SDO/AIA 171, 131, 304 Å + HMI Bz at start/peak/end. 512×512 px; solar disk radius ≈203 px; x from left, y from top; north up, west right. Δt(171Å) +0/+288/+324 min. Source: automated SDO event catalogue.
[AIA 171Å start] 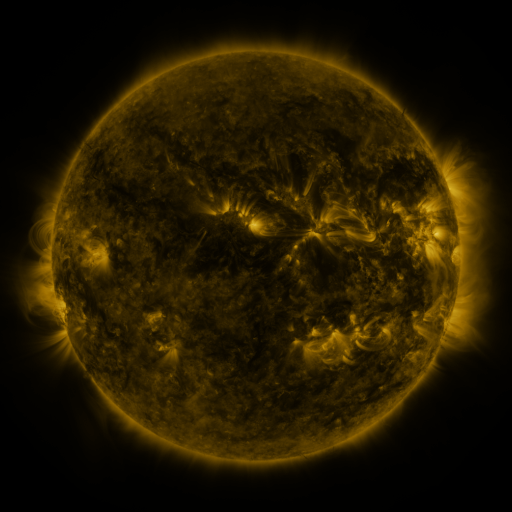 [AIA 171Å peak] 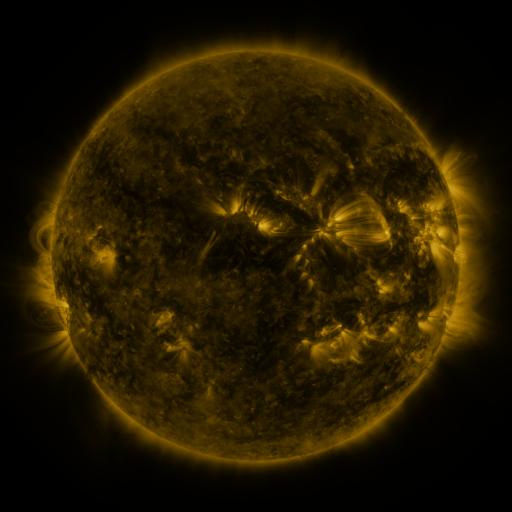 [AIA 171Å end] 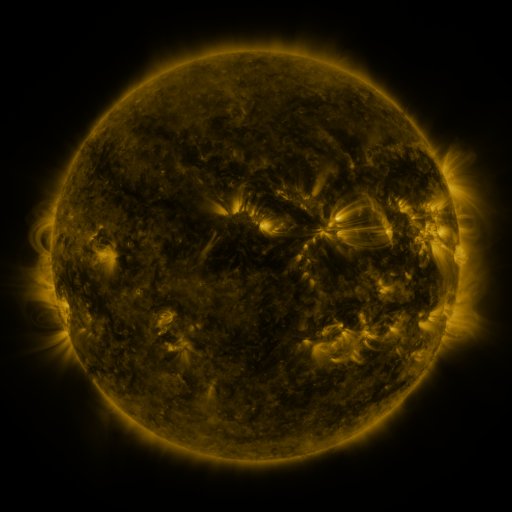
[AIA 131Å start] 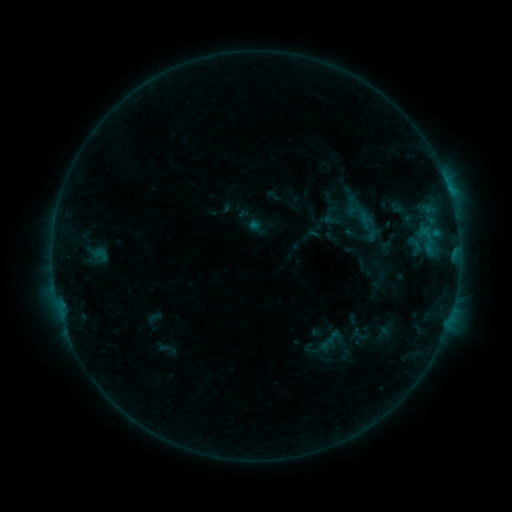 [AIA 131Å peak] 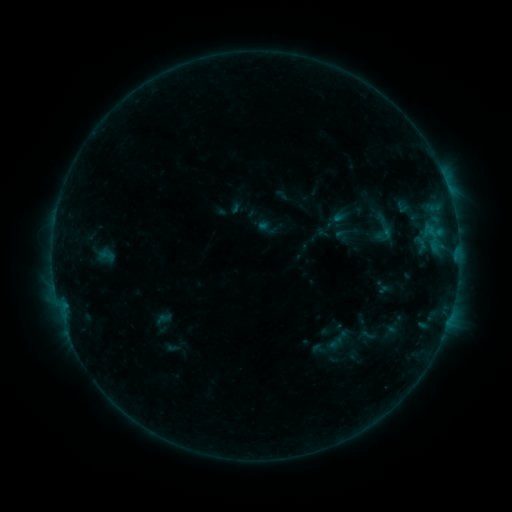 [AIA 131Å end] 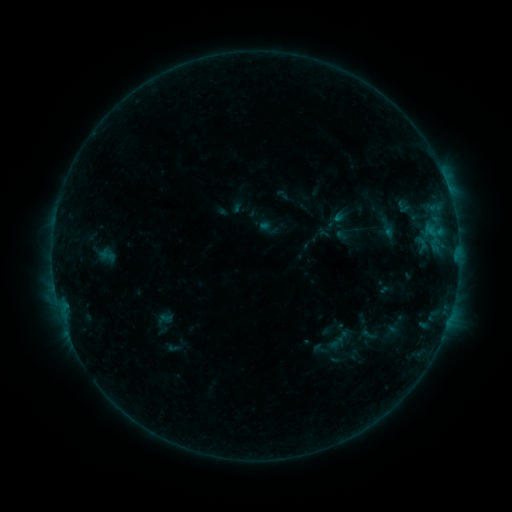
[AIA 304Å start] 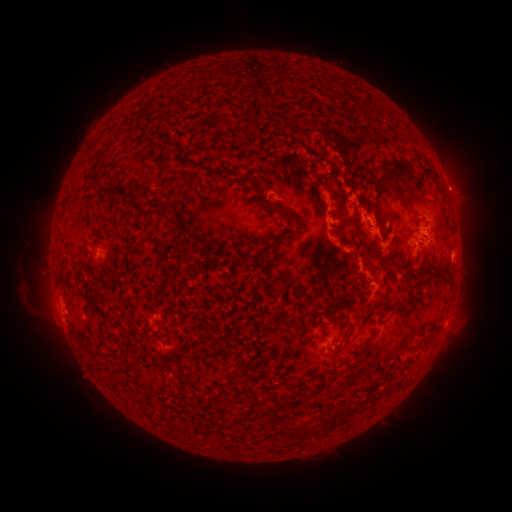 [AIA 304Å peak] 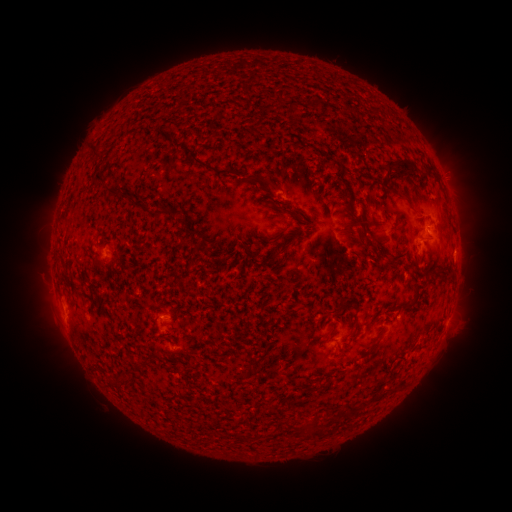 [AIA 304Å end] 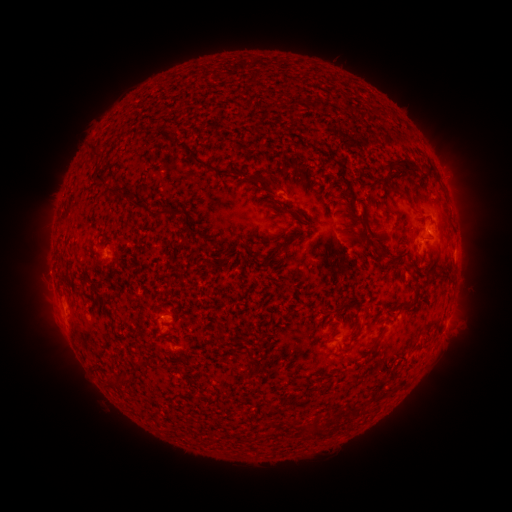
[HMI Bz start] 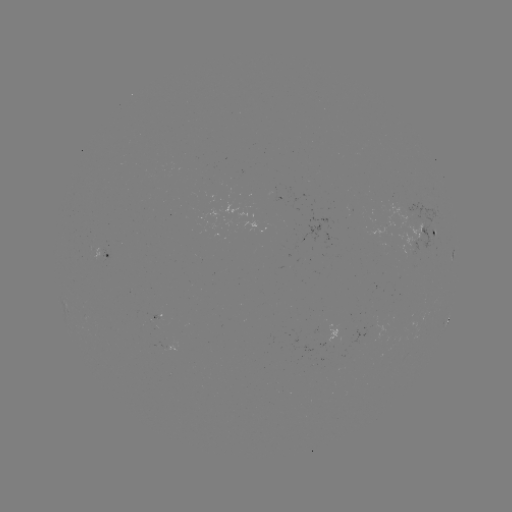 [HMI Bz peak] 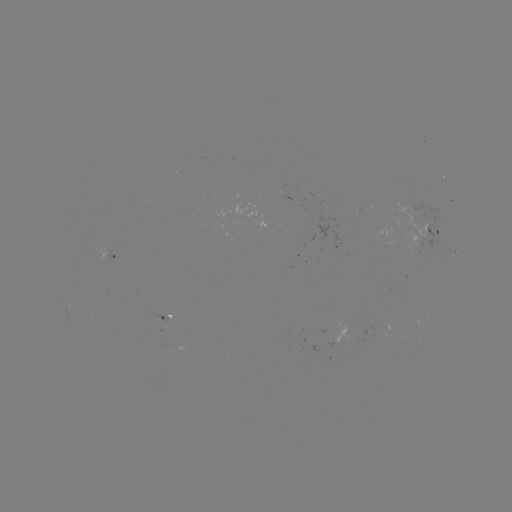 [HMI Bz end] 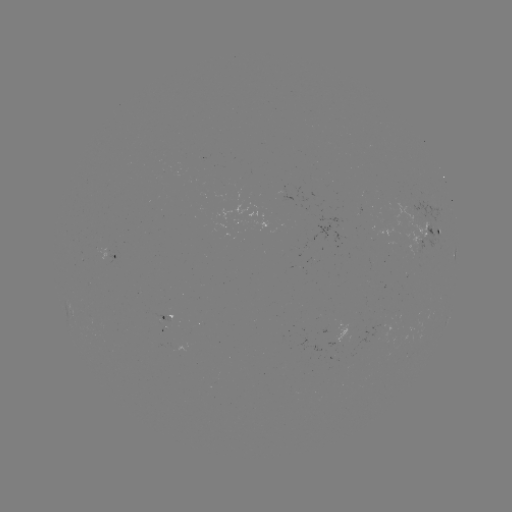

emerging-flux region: [150, 313, 169, 330]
